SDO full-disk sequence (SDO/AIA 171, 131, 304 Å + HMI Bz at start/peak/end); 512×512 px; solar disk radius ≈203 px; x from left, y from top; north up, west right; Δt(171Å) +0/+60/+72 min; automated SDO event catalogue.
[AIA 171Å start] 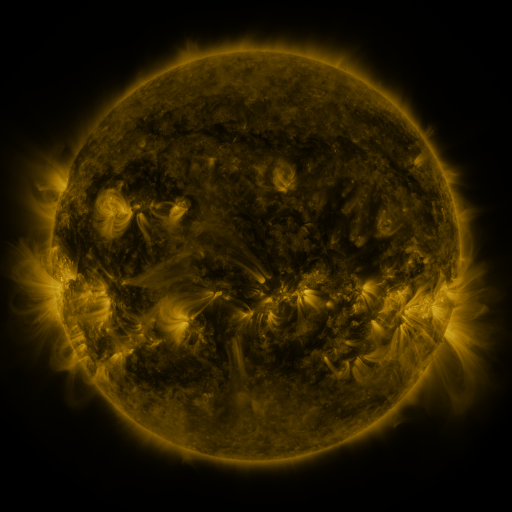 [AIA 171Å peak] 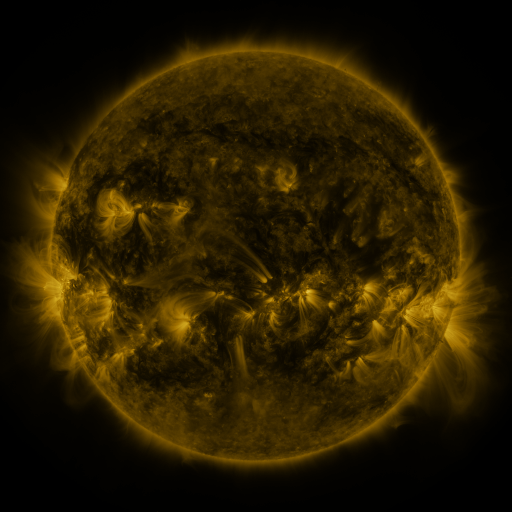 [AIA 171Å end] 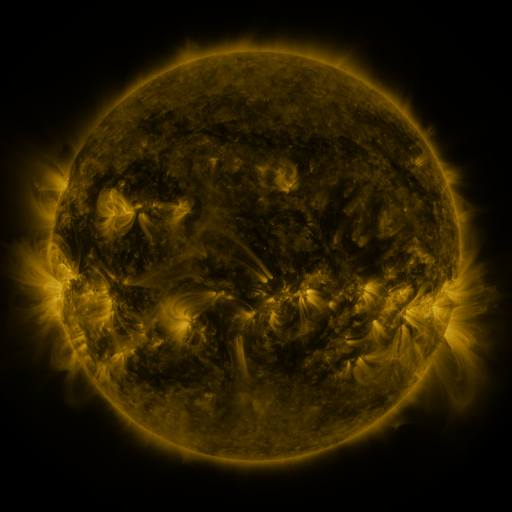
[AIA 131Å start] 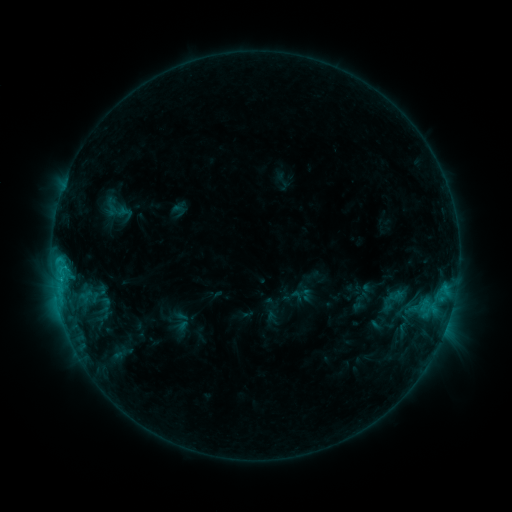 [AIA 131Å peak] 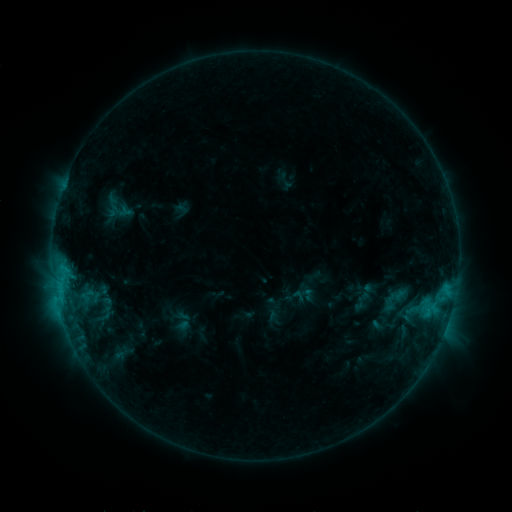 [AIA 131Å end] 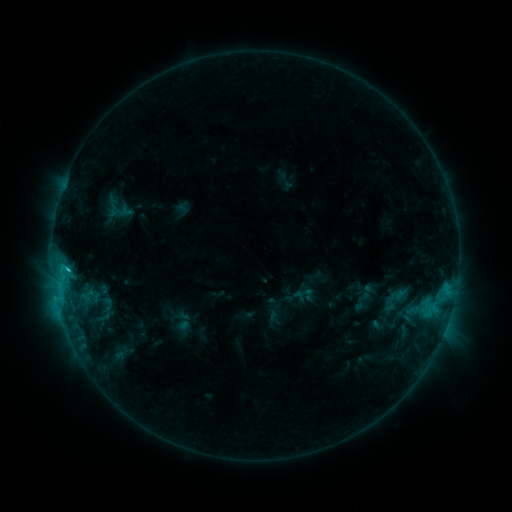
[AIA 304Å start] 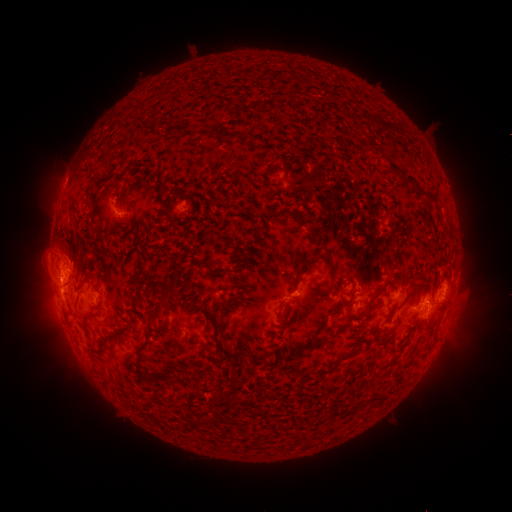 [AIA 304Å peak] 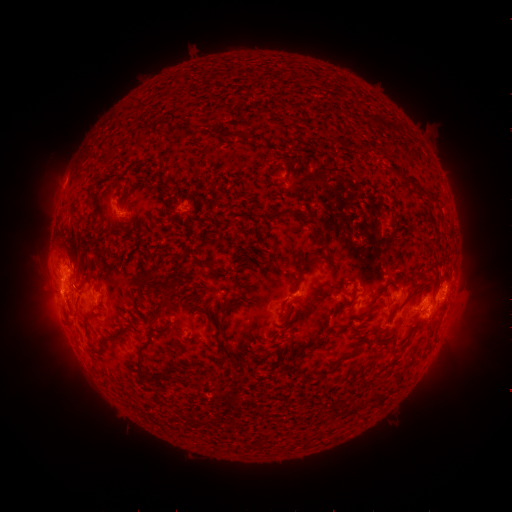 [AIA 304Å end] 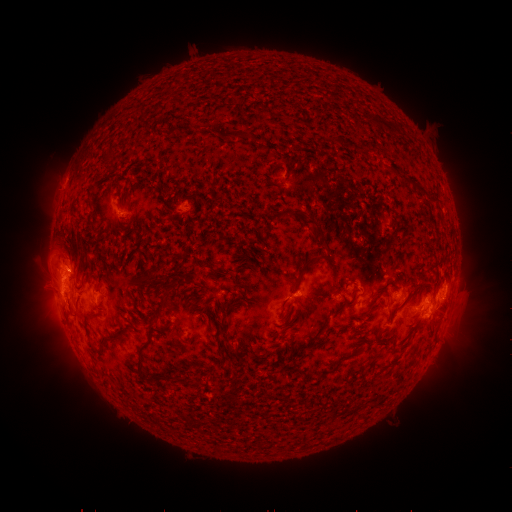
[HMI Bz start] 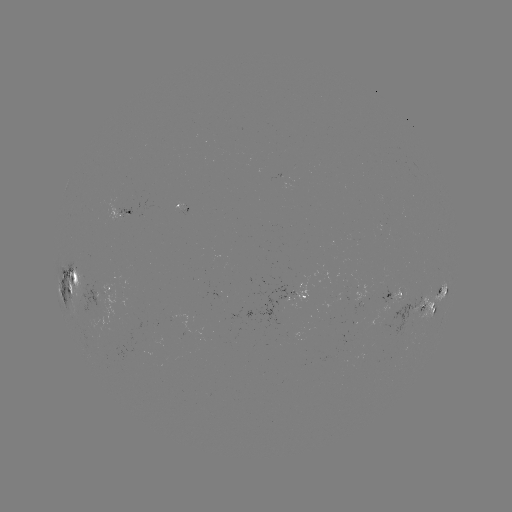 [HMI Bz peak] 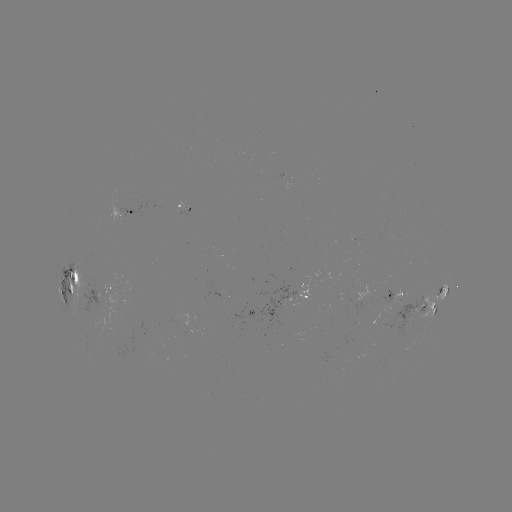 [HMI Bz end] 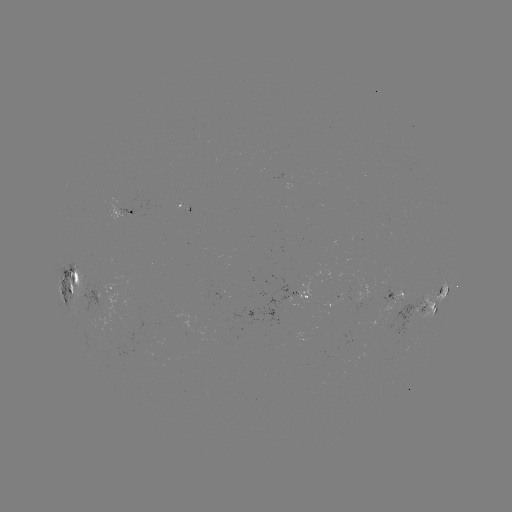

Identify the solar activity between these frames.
emerging-flux region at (96, 296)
